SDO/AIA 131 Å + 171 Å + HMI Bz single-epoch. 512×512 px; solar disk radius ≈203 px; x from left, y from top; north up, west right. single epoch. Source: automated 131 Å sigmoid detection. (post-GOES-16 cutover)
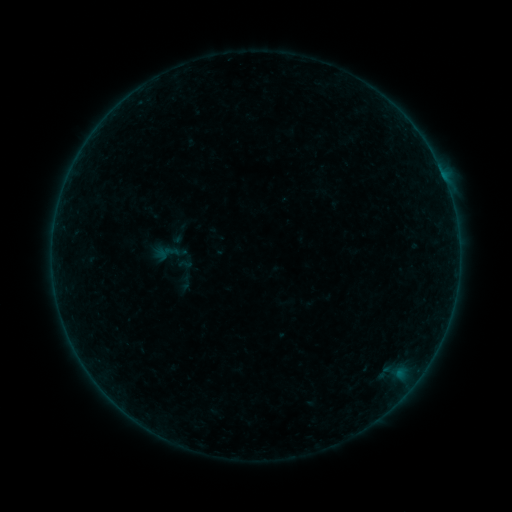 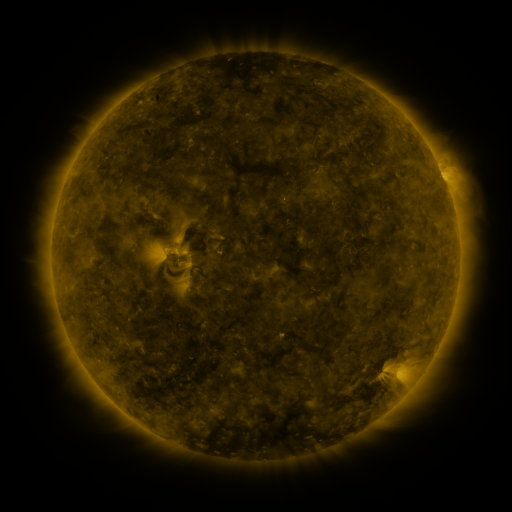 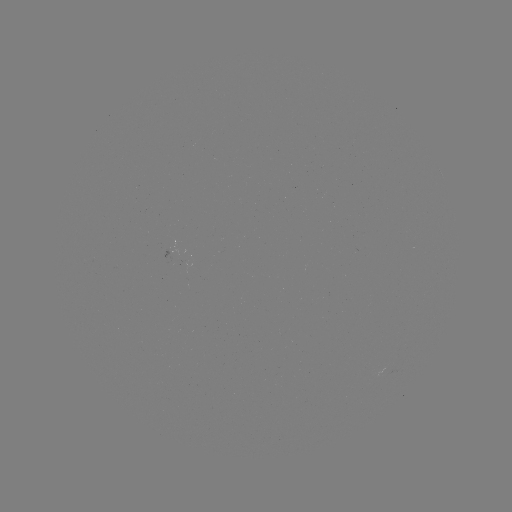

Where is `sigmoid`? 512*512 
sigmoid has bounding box [151, 233, 198, 277].